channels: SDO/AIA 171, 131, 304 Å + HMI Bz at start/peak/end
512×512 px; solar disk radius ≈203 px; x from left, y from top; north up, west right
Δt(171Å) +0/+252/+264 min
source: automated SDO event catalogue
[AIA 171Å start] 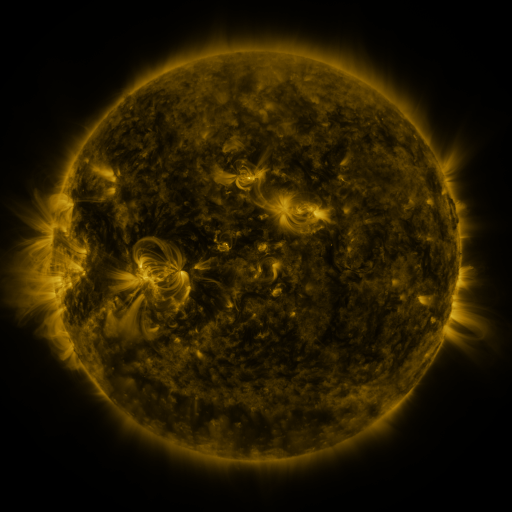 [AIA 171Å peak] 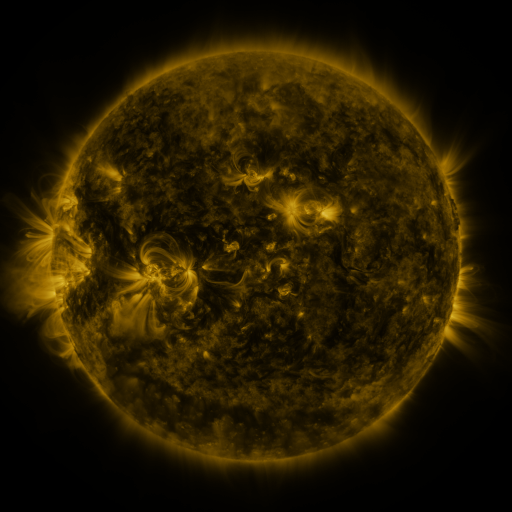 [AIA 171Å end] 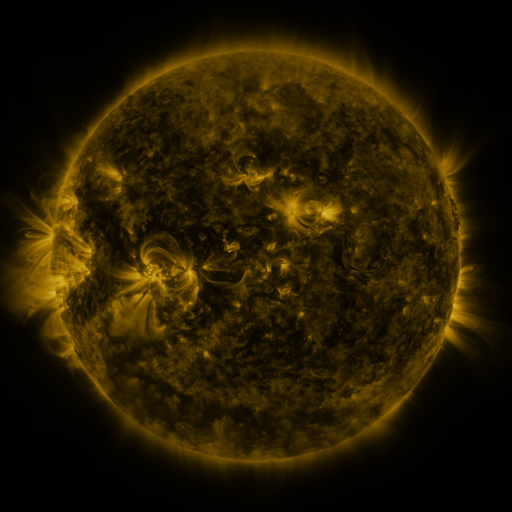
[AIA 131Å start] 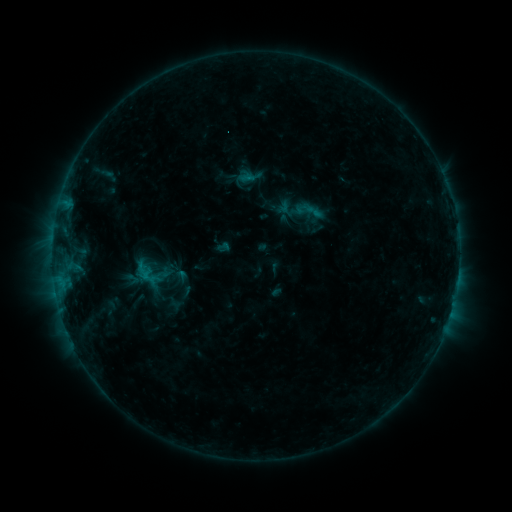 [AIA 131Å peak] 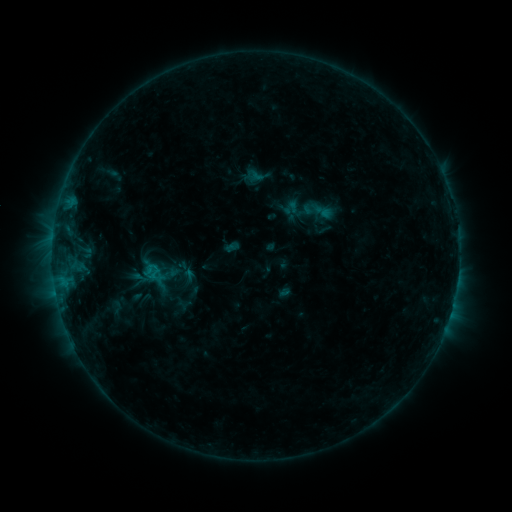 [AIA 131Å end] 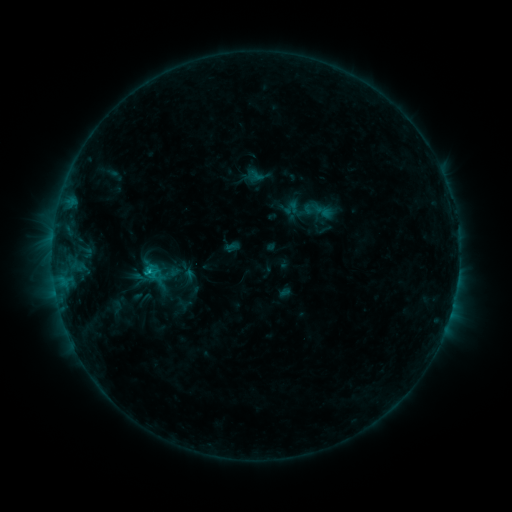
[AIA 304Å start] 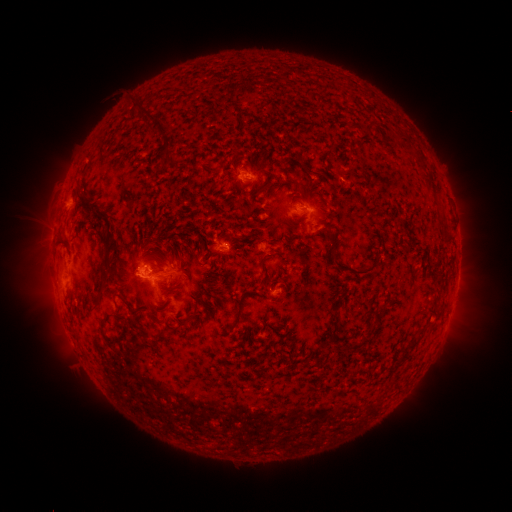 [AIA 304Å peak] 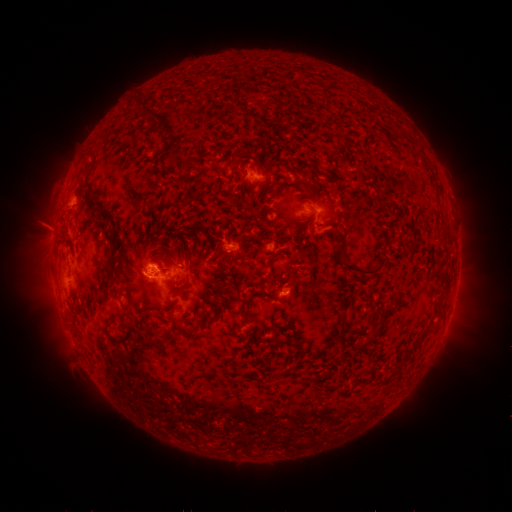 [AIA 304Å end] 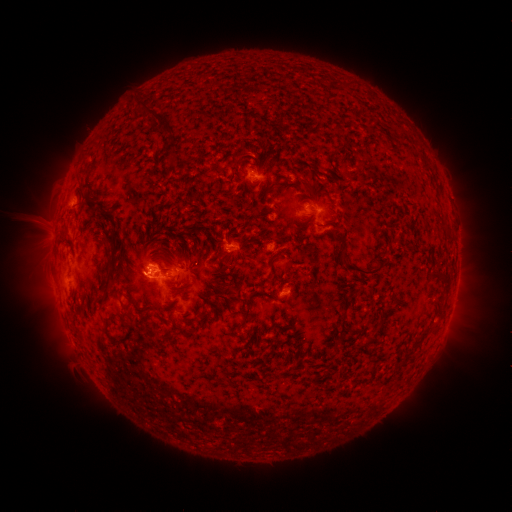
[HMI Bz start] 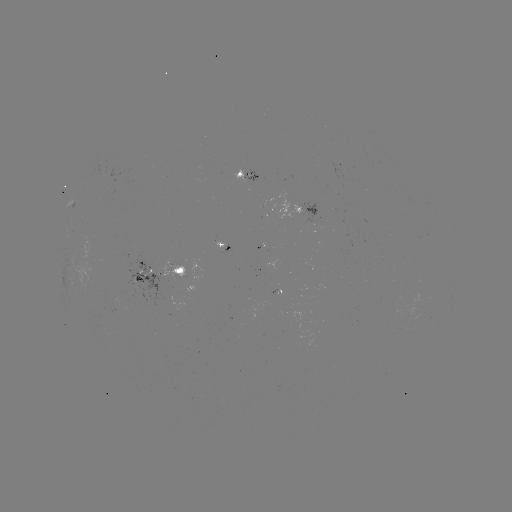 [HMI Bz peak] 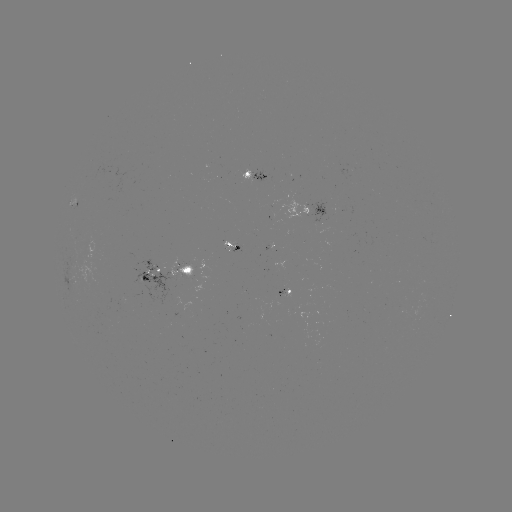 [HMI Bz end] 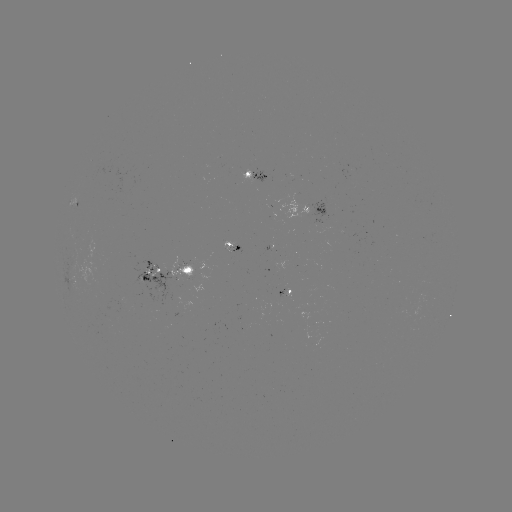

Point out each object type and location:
emerging-flux region: (232, 251)
